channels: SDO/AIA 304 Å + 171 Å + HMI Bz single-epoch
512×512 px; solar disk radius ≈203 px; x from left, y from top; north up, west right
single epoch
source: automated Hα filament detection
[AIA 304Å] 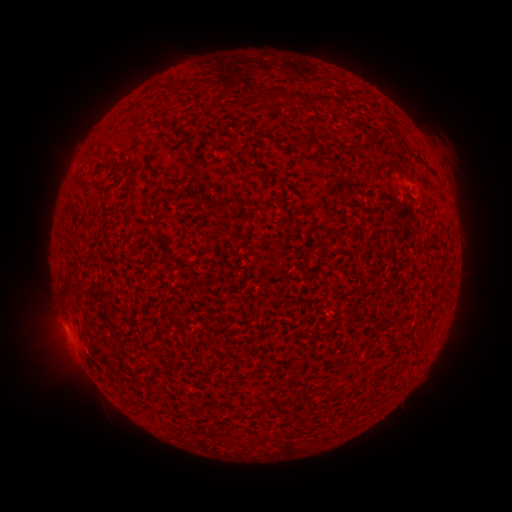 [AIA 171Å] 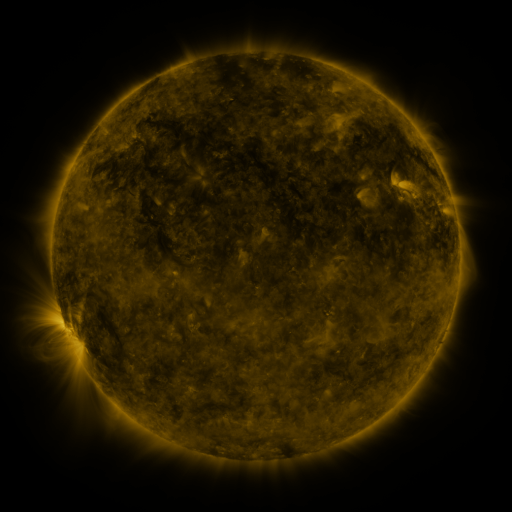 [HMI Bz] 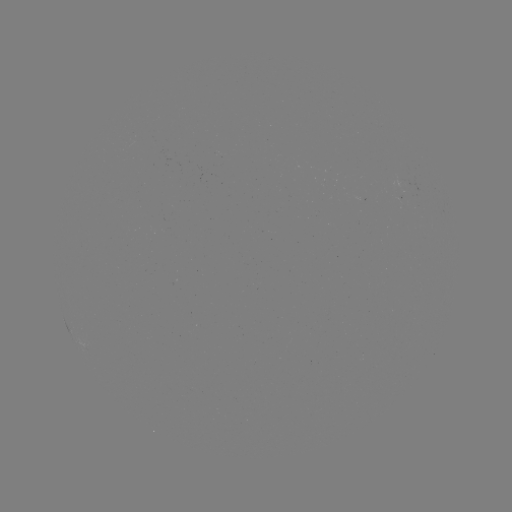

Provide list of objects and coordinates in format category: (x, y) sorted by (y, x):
filament: (291, 101)
filament: (366, 137)
filament: (132, 194)
filament: (343, 242)
filament: (66, 288)
